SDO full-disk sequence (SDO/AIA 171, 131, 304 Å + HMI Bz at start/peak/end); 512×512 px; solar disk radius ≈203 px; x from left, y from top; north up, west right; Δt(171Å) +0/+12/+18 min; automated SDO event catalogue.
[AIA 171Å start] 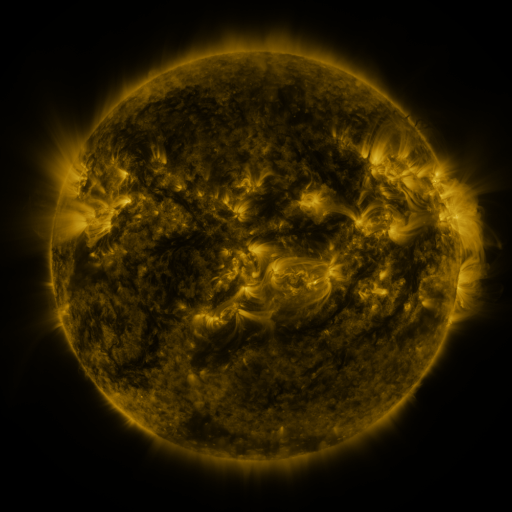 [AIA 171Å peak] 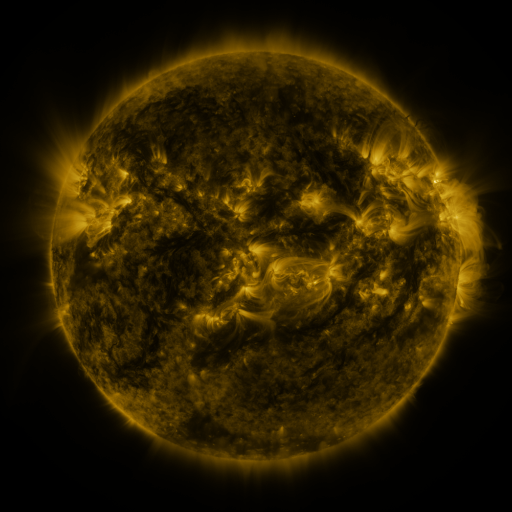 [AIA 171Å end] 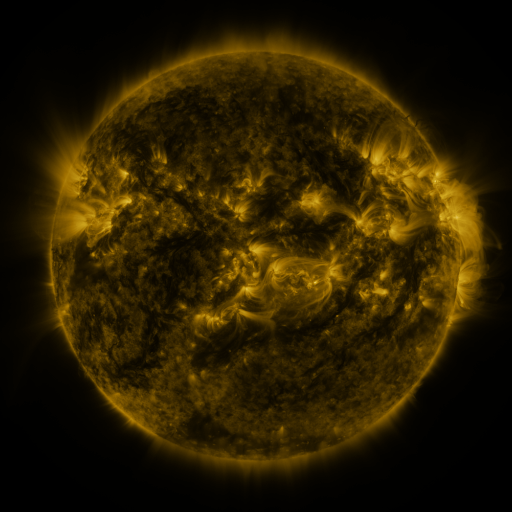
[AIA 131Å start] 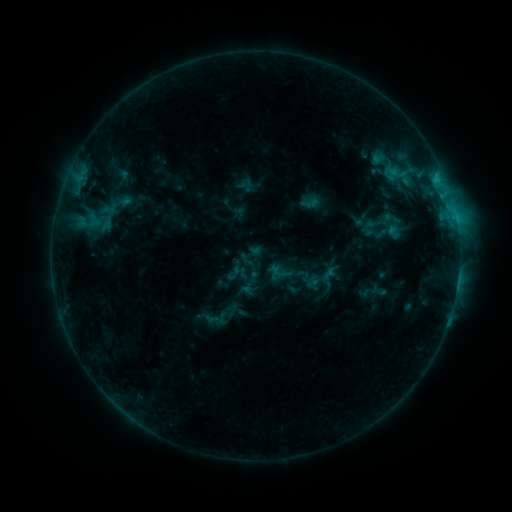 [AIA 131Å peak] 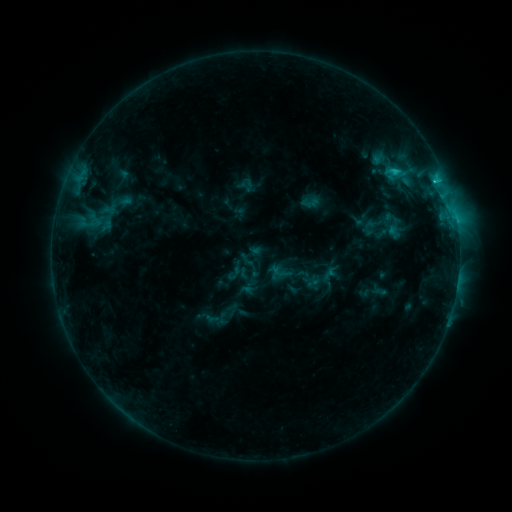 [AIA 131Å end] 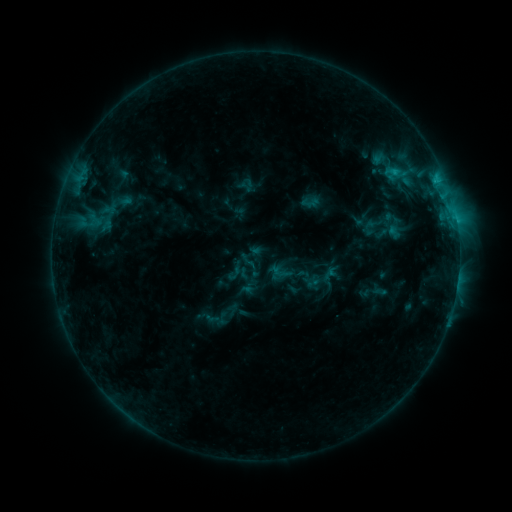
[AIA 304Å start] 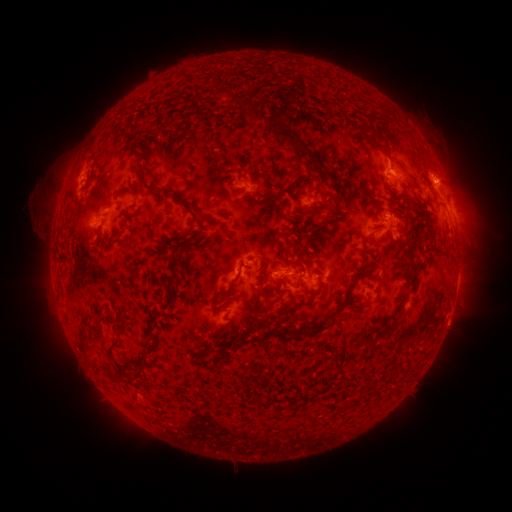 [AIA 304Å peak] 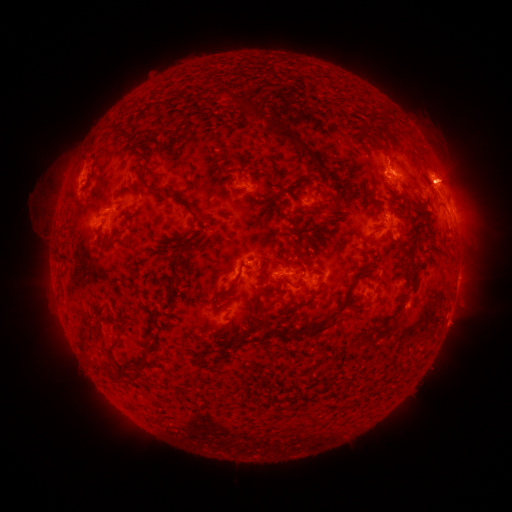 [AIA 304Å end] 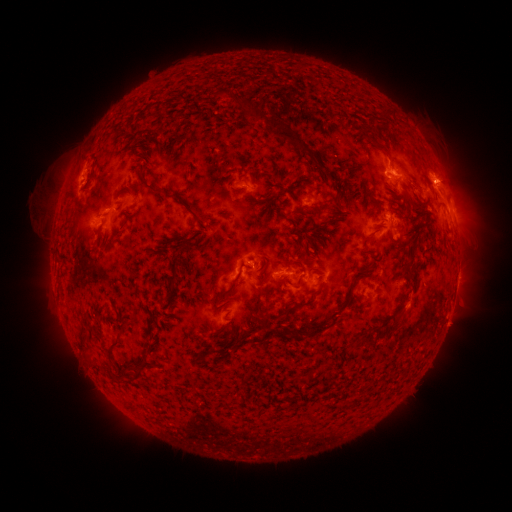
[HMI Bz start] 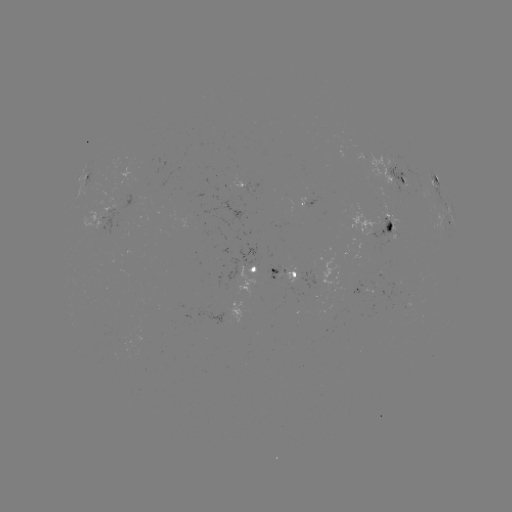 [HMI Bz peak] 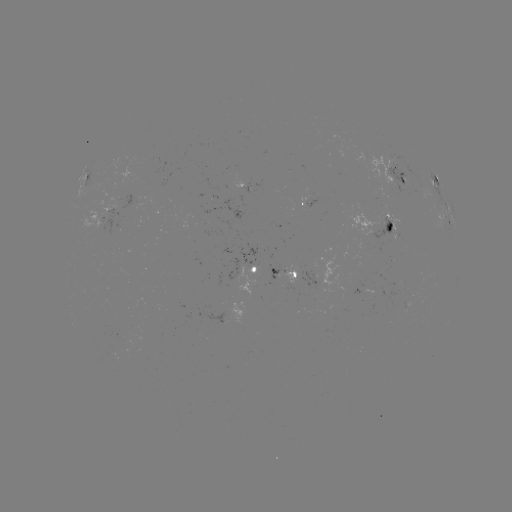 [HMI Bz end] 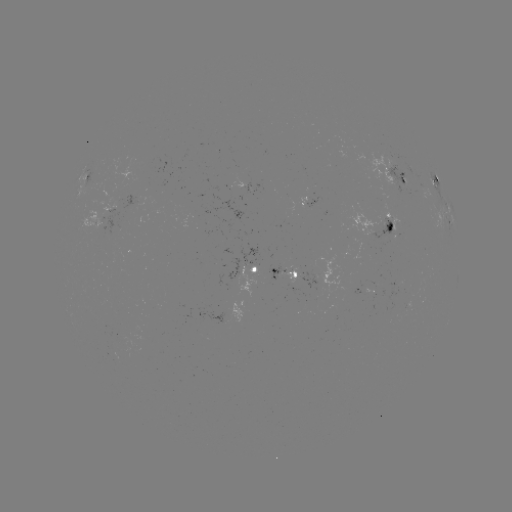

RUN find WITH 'C1.6 flare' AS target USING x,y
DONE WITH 395,172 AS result